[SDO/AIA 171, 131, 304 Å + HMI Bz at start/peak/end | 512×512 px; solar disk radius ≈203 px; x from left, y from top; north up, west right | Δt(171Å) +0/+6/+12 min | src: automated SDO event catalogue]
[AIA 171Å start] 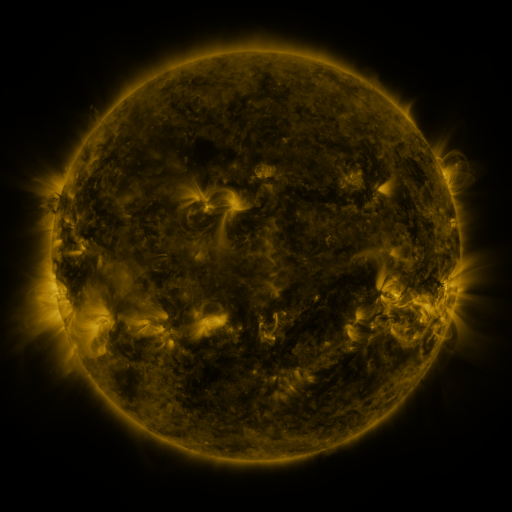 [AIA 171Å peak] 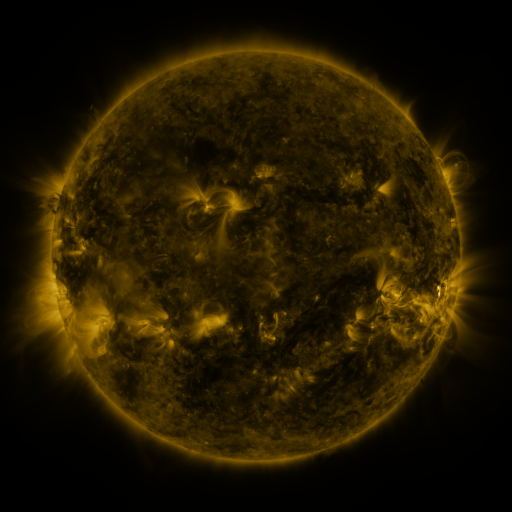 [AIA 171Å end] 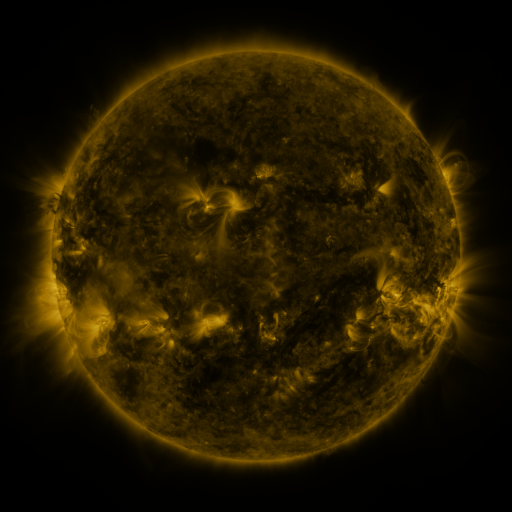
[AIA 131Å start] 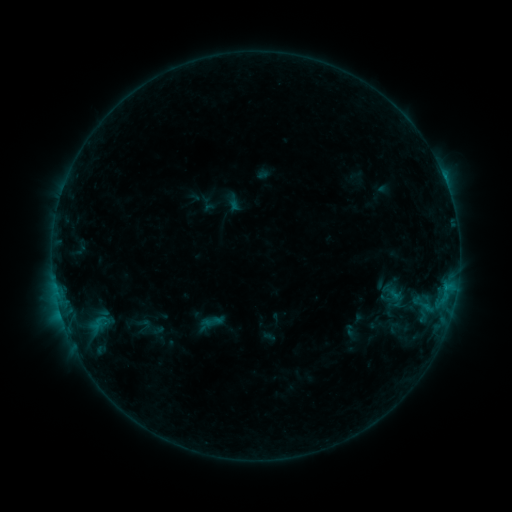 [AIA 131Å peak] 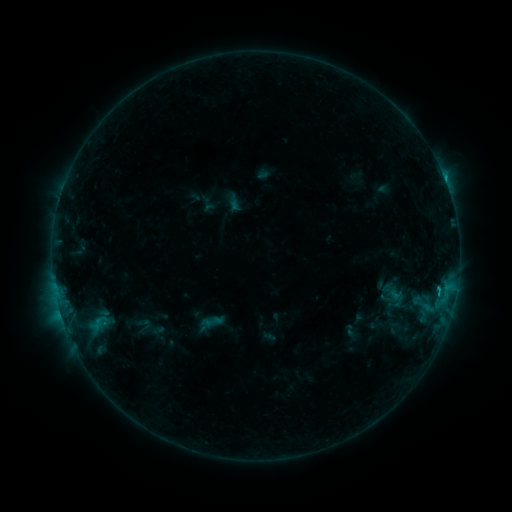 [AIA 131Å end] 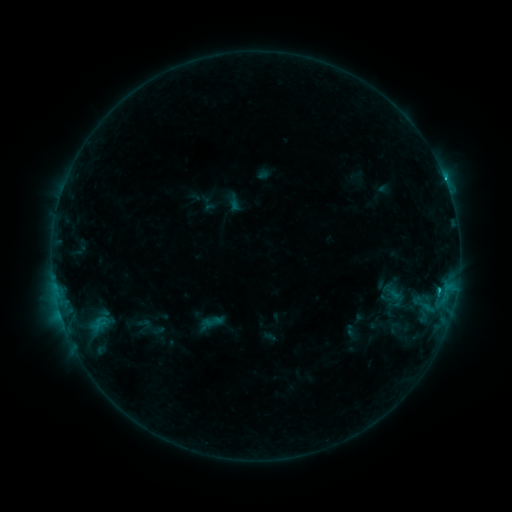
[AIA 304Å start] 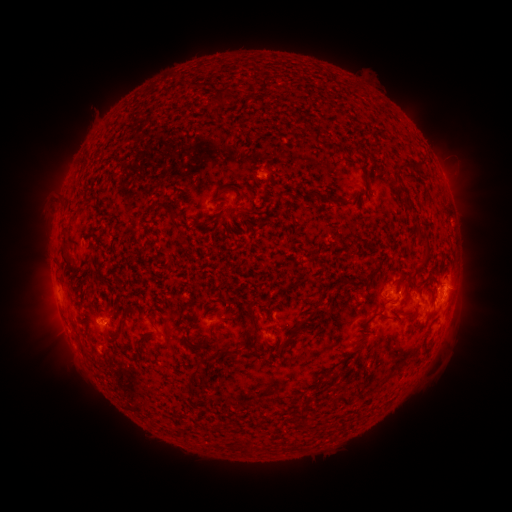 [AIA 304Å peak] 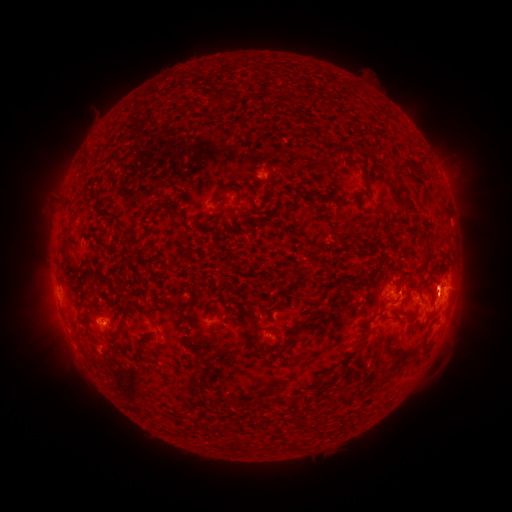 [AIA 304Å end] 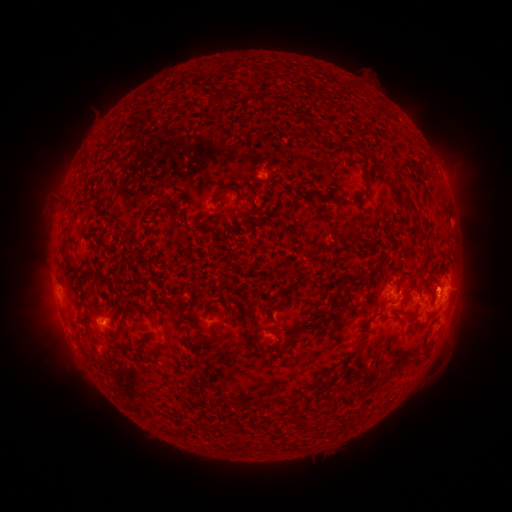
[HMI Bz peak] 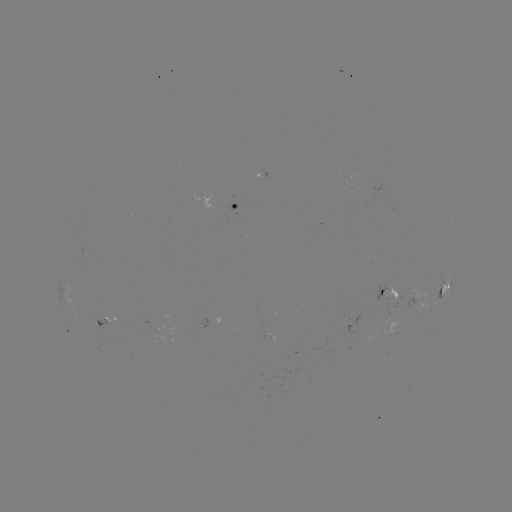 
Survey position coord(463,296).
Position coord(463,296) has eruption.